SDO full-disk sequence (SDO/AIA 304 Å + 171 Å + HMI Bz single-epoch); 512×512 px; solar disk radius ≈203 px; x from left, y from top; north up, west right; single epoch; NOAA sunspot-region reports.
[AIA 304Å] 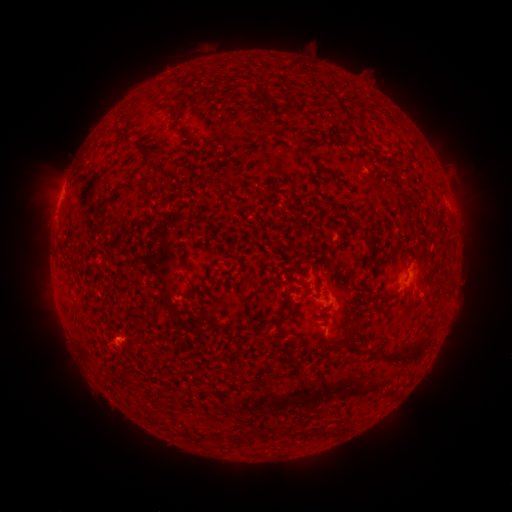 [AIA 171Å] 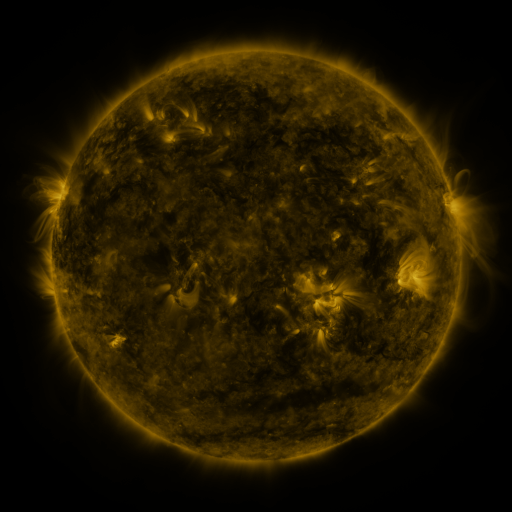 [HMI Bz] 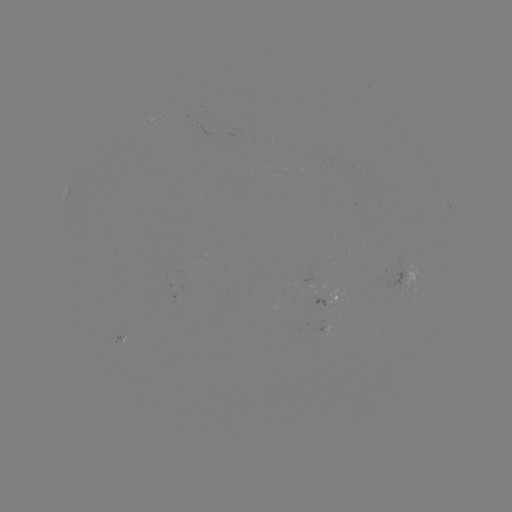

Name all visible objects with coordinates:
spotted active region: (448, 208)
spotted active region: (333, 278)
